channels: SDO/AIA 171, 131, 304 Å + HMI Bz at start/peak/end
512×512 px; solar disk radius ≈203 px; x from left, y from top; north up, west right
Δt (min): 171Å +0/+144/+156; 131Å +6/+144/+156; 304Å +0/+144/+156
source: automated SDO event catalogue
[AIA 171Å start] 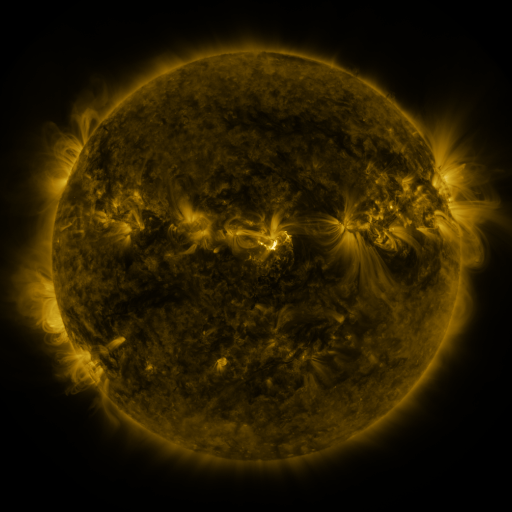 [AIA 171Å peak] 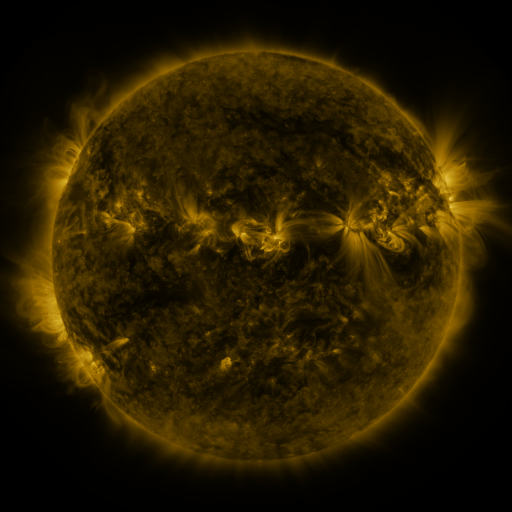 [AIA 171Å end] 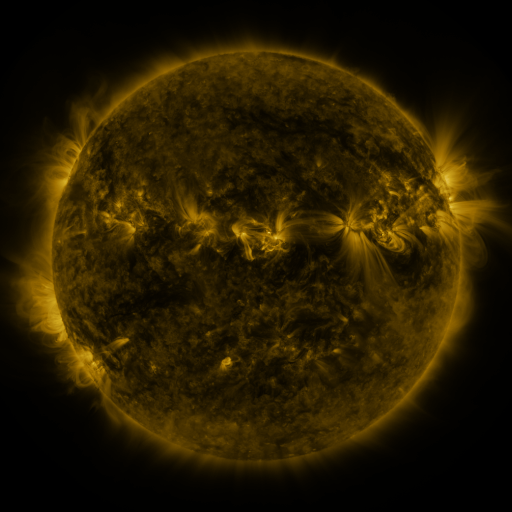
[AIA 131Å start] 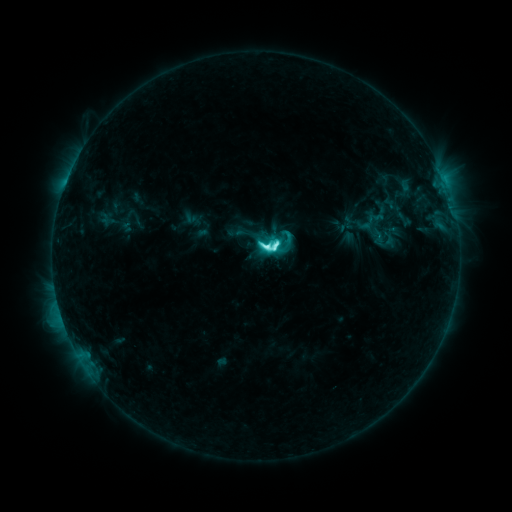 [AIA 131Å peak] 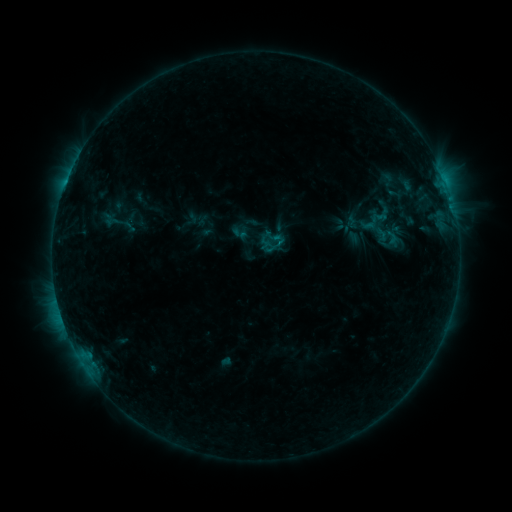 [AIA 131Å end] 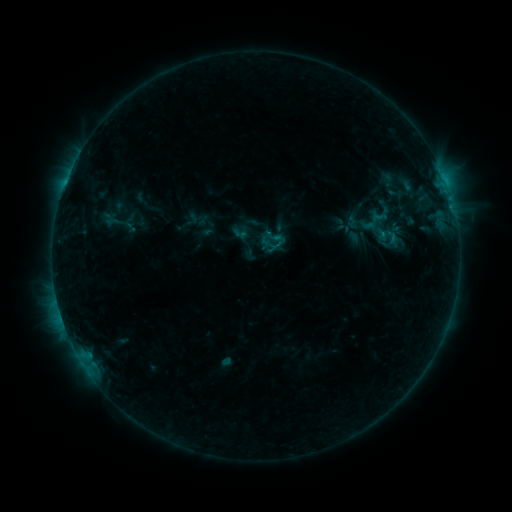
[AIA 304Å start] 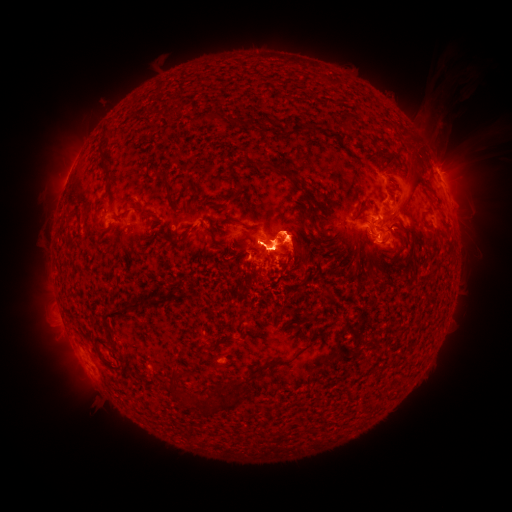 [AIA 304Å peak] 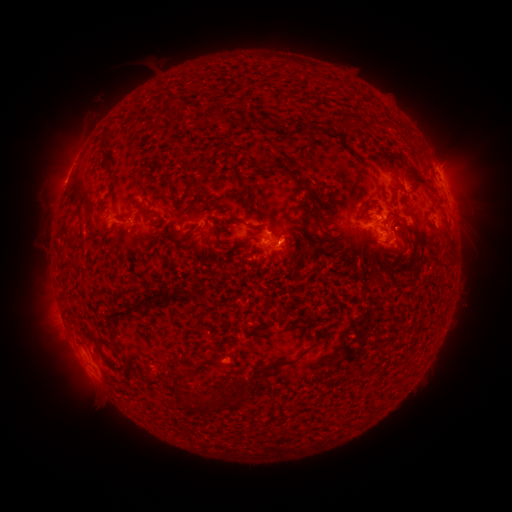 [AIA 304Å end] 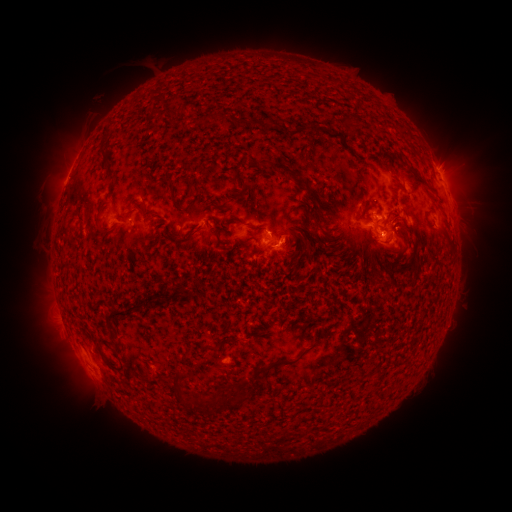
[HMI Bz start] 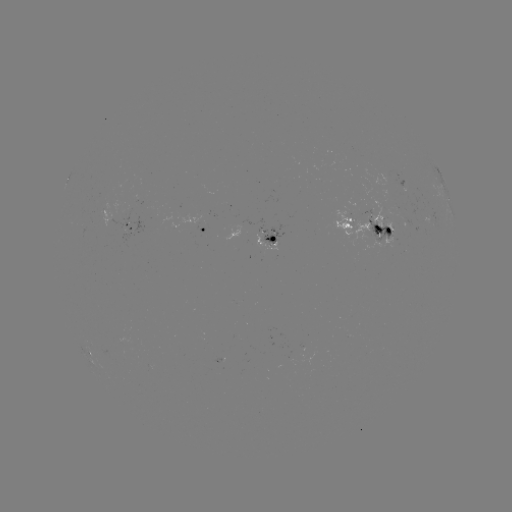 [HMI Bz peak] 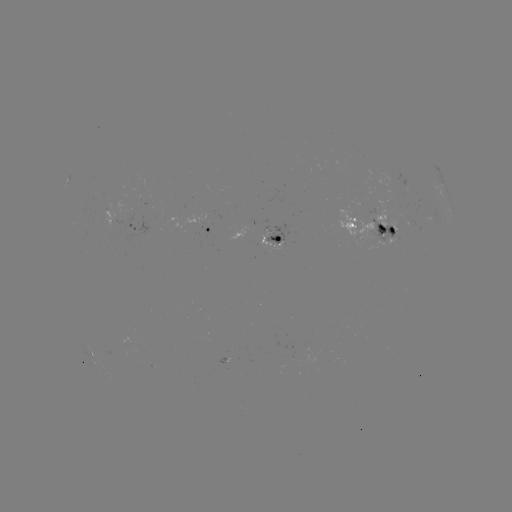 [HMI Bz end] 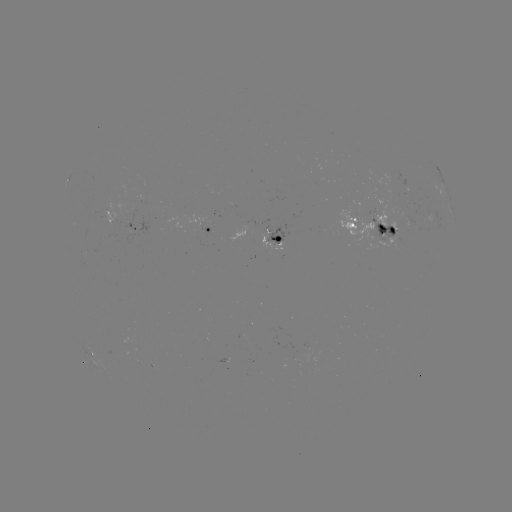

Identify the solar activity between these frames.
emerging-flux region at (131, 217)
